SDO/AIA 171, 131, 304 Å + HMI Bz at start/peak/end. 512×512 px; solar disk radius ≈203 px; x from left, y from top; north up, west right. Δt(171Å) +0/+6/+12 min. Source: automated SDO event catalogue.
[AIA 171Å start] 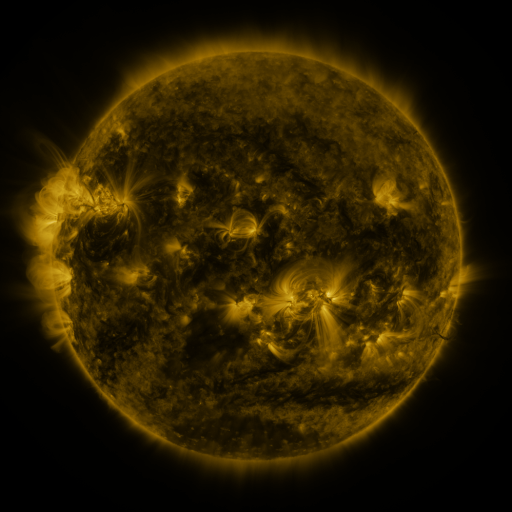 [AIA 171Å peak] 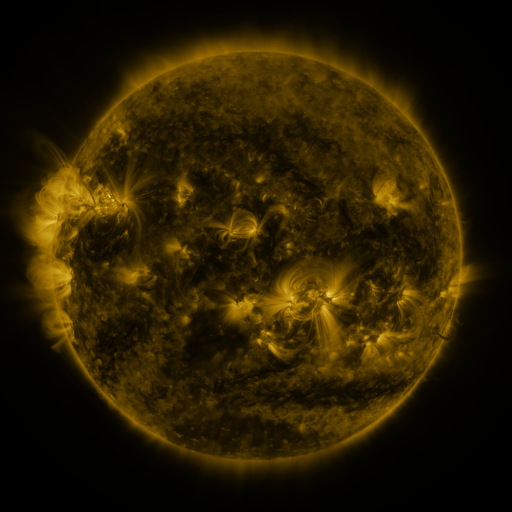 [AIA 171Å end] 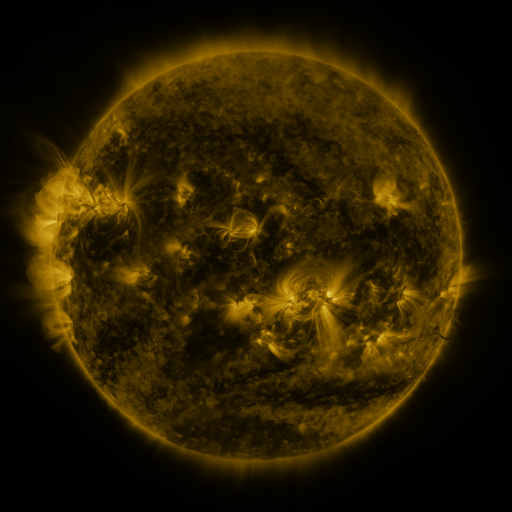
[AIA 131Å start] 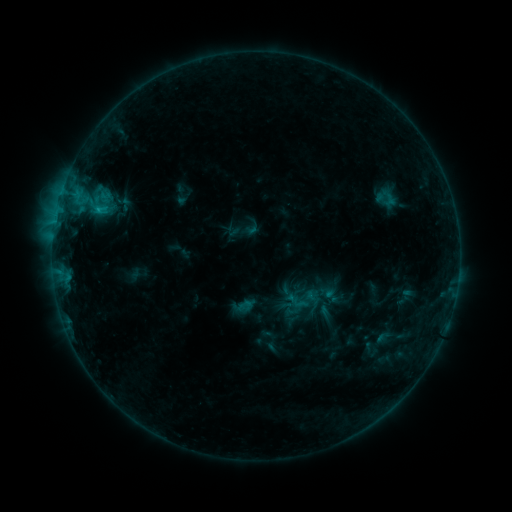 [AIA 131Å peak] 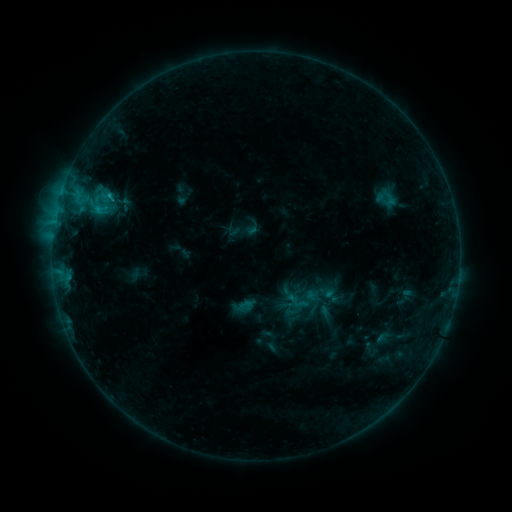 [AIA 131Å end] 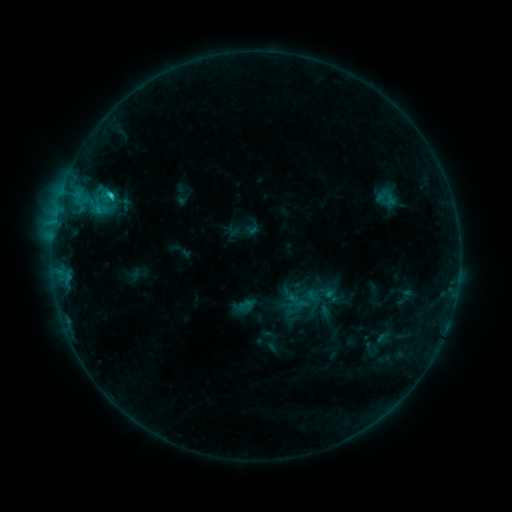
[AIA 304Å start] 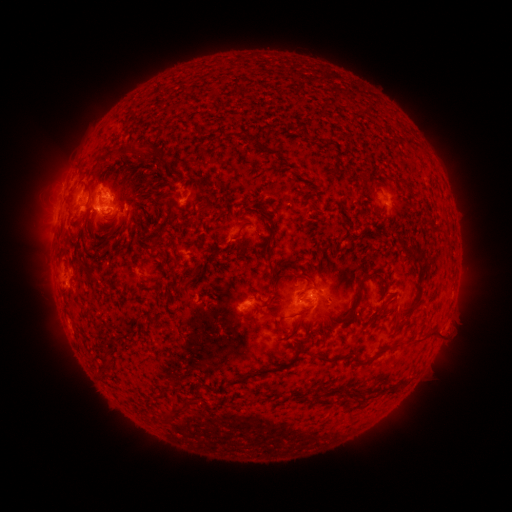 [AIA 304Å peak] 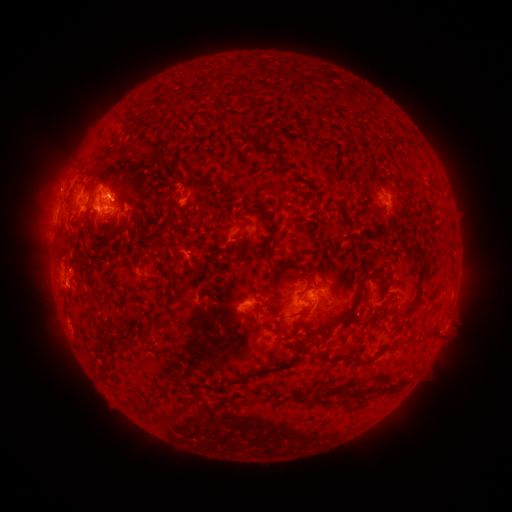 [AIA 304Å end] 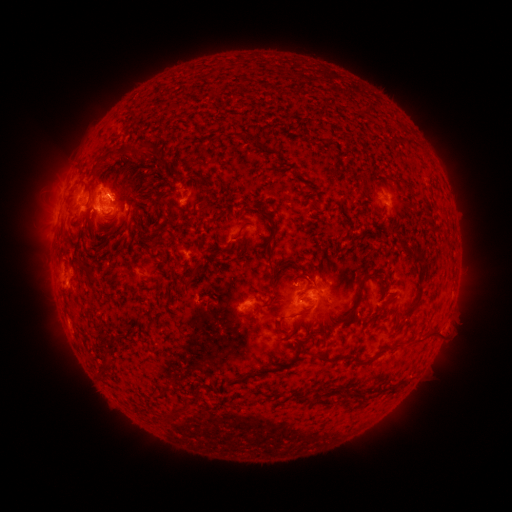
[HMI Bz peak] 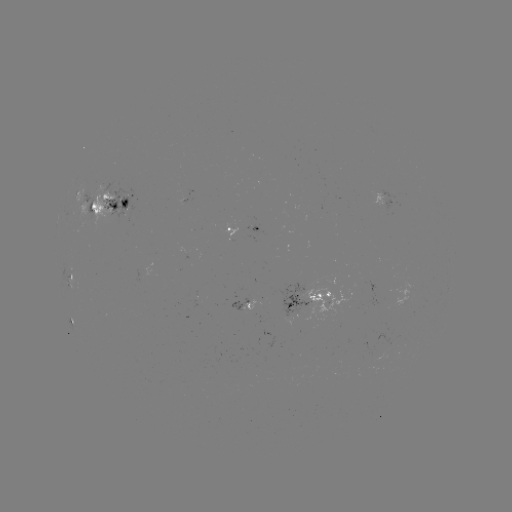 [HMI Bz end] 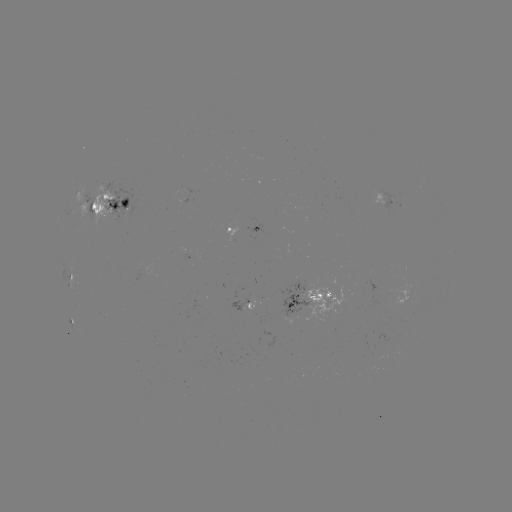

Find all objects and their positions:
C1.7 flare: (111, 198)
